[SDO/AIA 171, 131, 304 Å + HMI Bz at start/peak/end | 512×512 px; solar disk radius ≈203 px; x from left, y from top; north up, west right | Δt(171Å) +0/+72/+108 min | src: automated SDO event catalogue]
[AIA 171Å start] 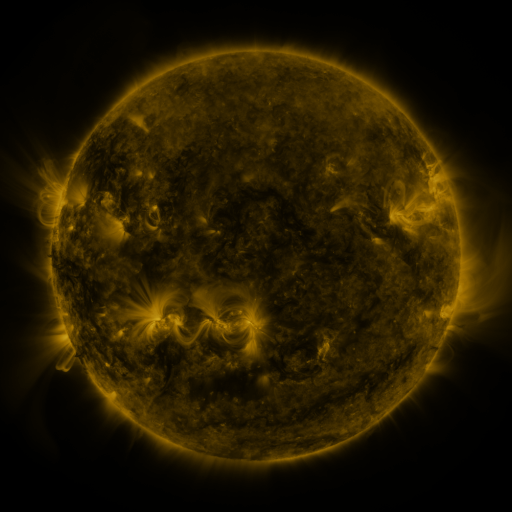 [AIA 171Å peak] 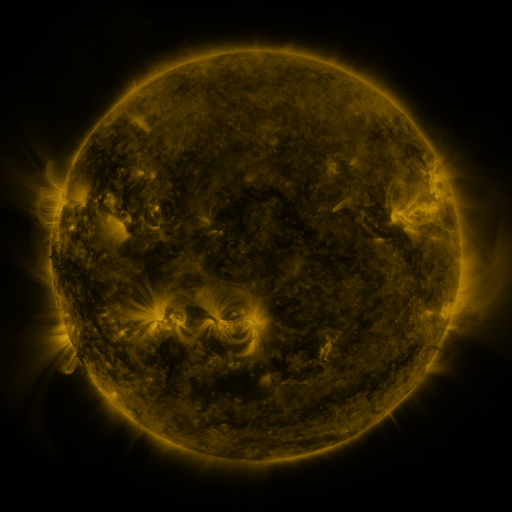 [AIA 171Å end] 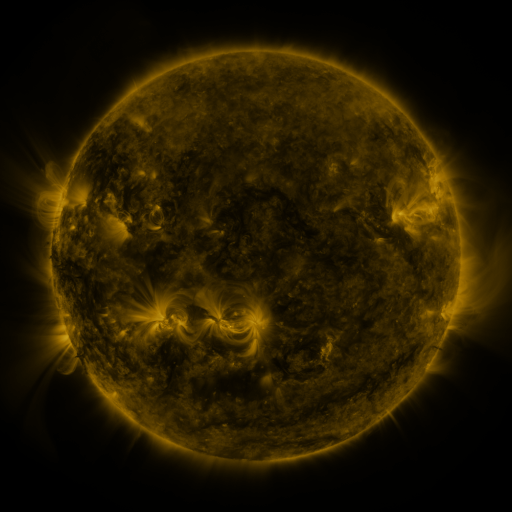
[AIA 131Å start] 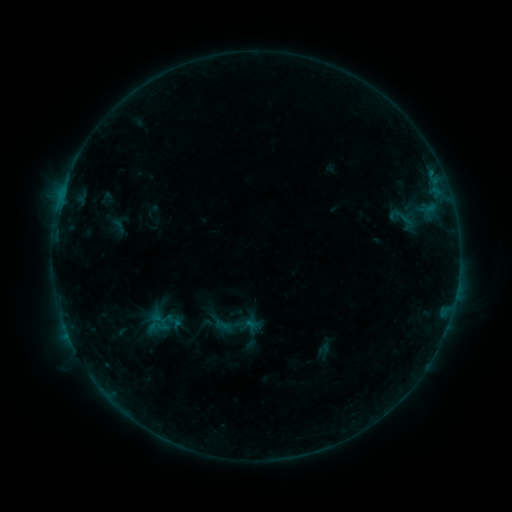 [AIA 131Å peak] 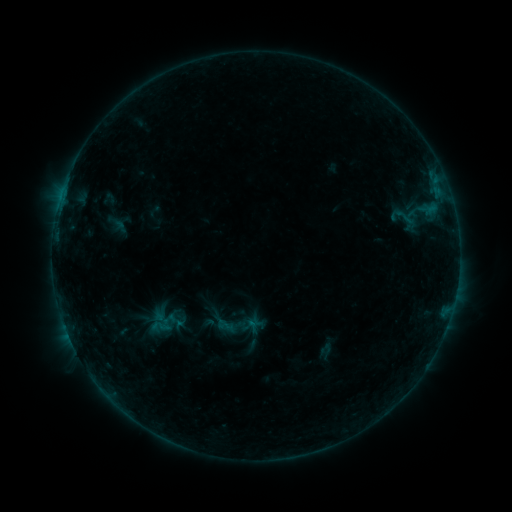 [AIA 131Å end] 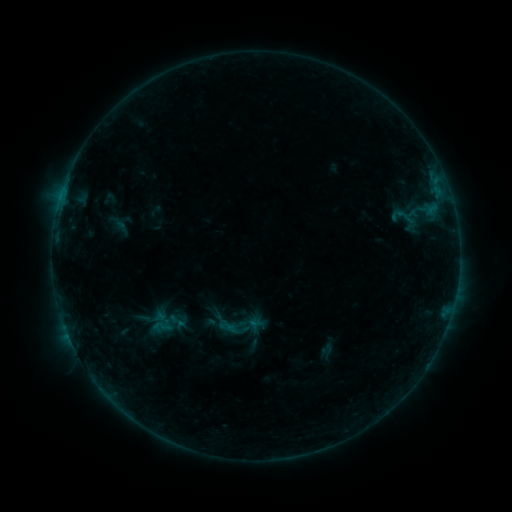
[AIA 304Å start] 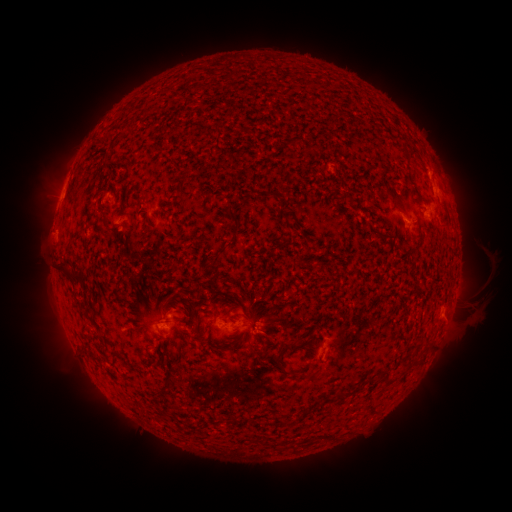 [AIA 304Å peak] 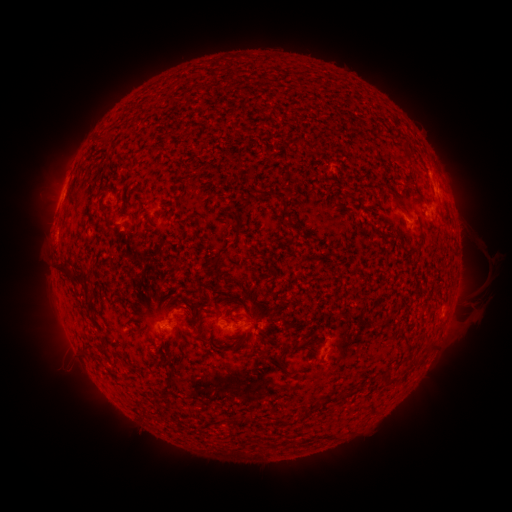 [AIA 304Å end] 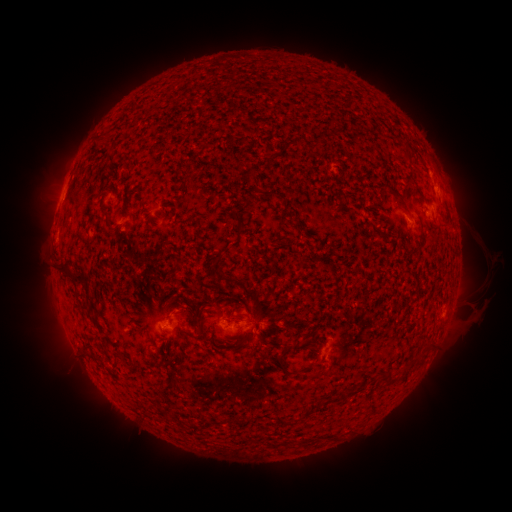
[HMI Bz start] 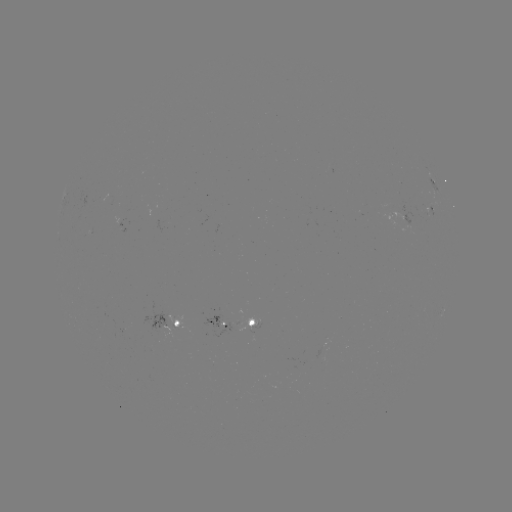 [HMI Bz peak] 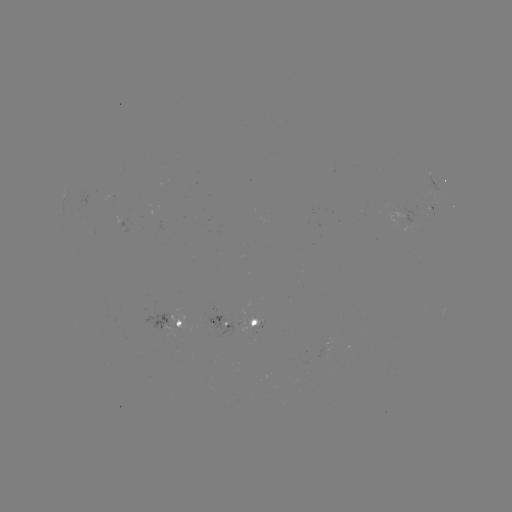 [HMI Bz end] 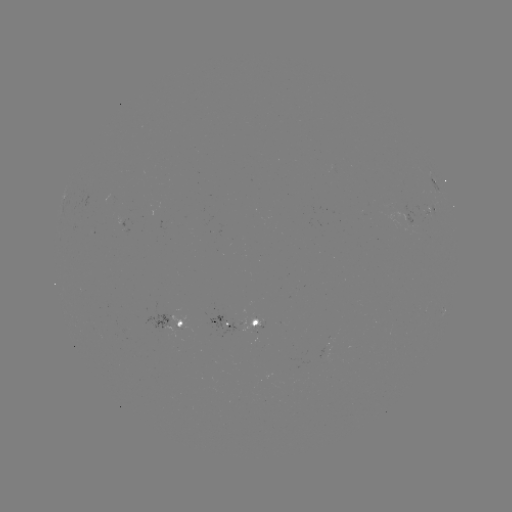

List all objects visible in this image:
emerging-flux region: (258, 324)
